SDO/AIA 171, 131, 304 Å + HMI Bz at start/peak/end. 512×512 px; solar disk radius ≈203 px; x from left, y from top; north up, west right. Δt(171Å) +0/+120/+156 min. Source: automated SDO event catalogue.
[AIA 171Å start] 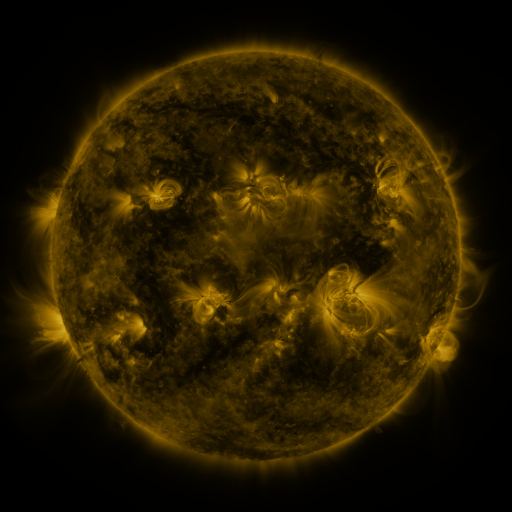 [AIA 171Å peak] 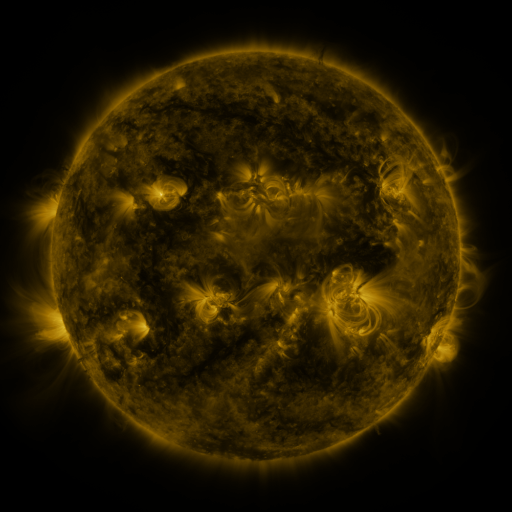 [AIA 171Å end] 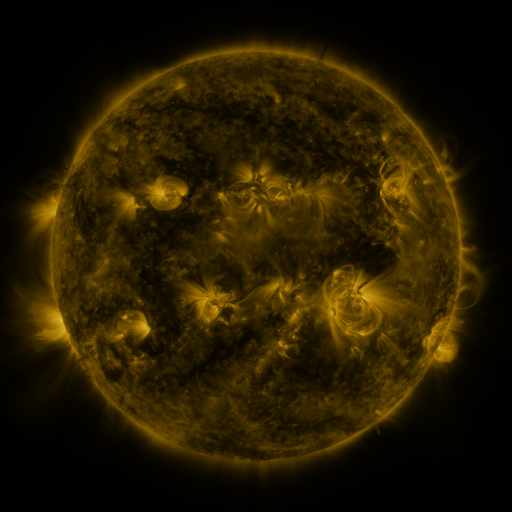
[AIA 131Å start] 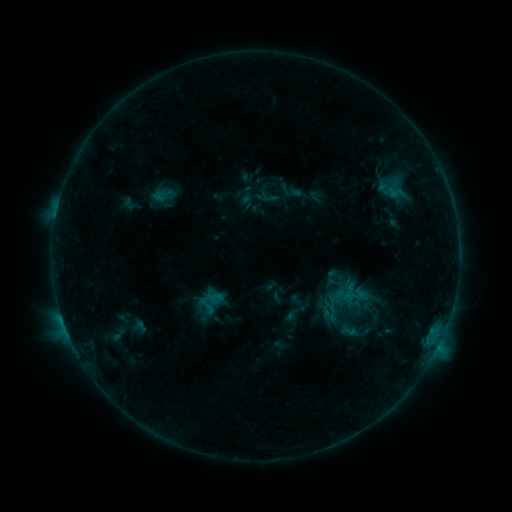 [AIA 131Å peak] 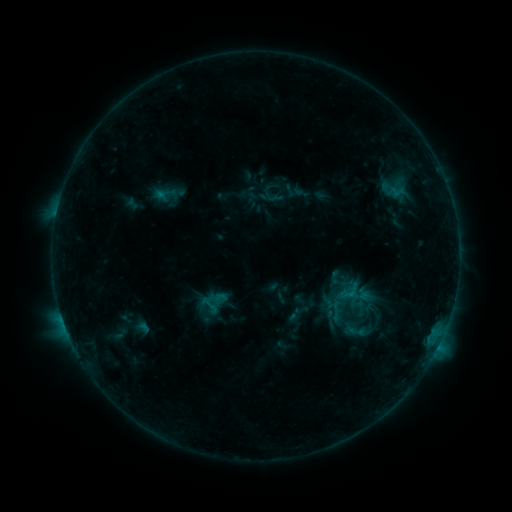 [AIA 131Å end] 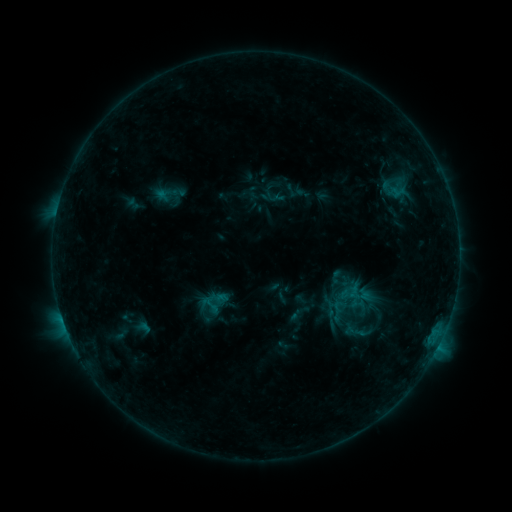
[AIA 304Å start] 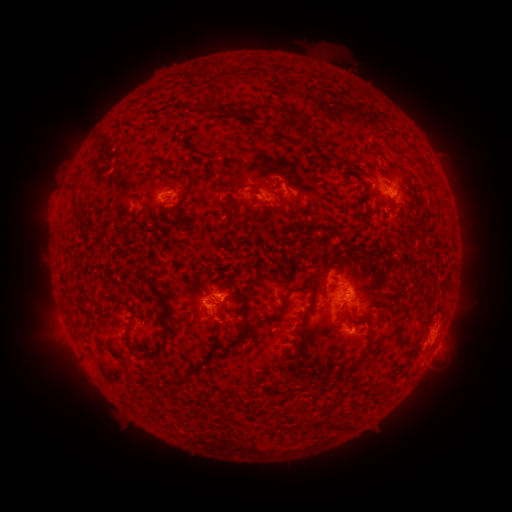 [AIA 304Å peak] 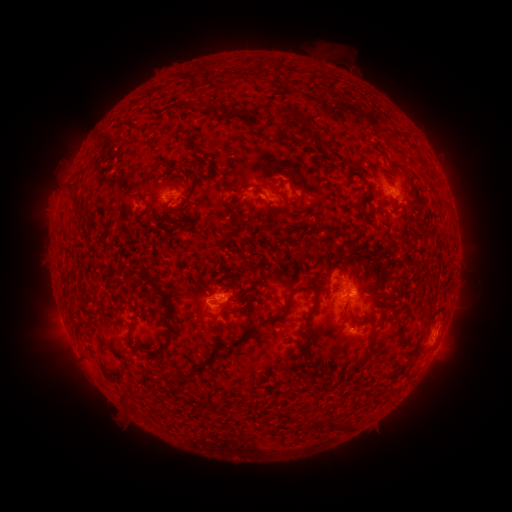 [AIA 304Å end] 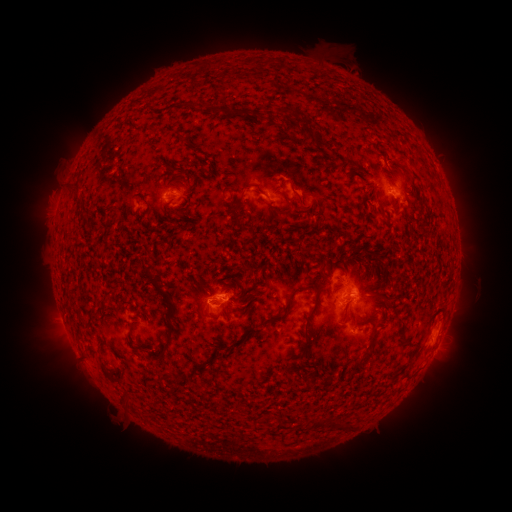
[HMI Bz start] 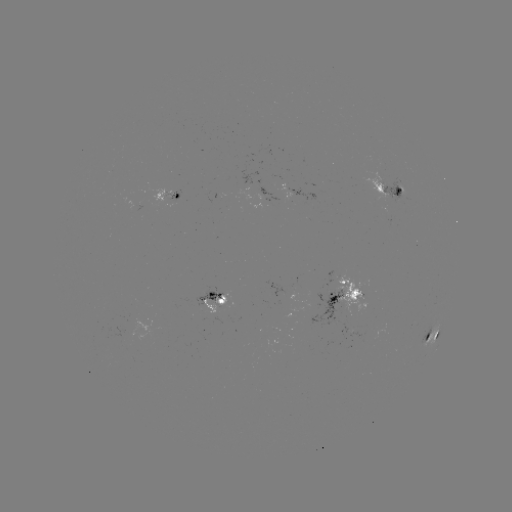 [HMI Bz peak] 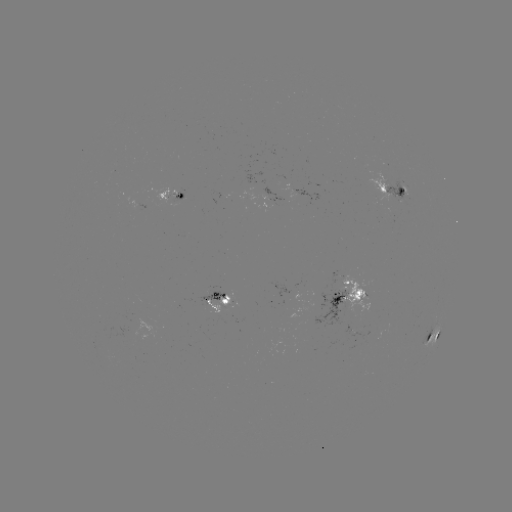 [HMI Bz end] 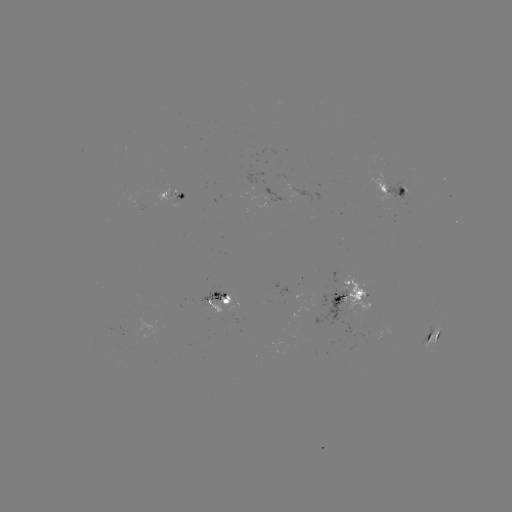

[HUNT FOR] emerging-flux region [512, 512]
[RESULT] (175, 196)